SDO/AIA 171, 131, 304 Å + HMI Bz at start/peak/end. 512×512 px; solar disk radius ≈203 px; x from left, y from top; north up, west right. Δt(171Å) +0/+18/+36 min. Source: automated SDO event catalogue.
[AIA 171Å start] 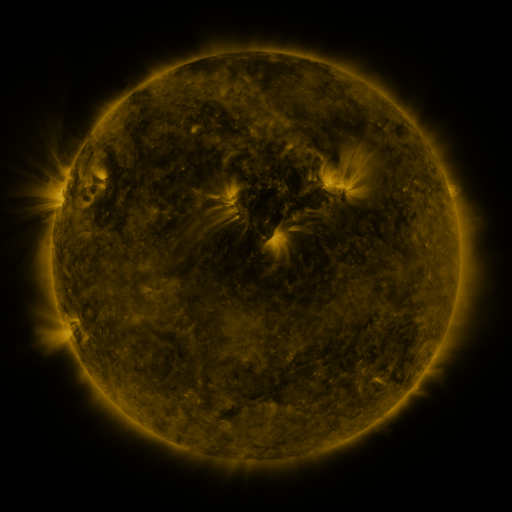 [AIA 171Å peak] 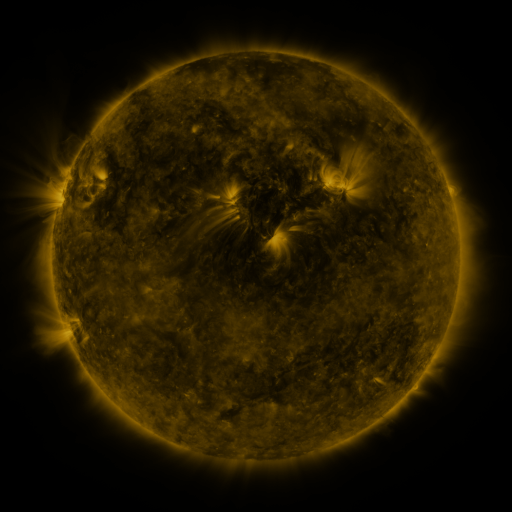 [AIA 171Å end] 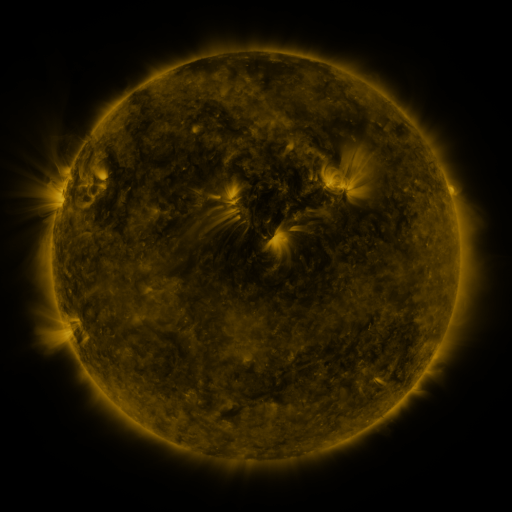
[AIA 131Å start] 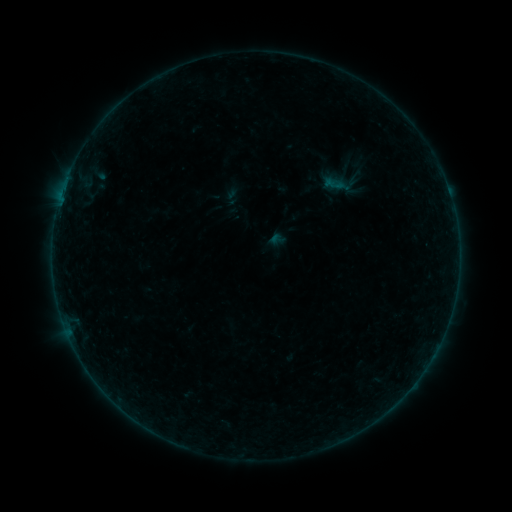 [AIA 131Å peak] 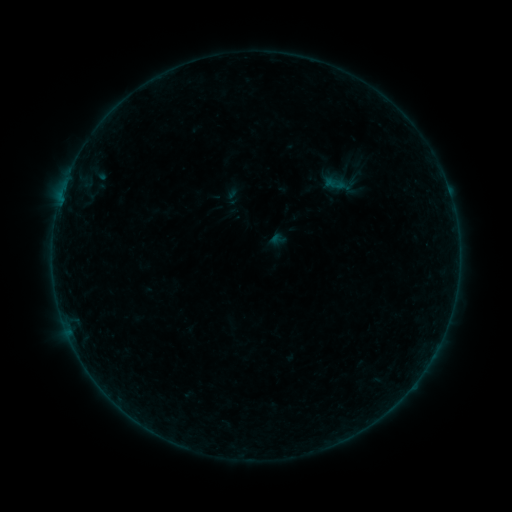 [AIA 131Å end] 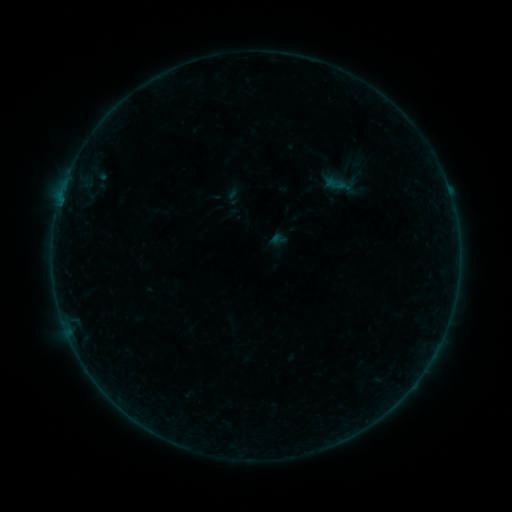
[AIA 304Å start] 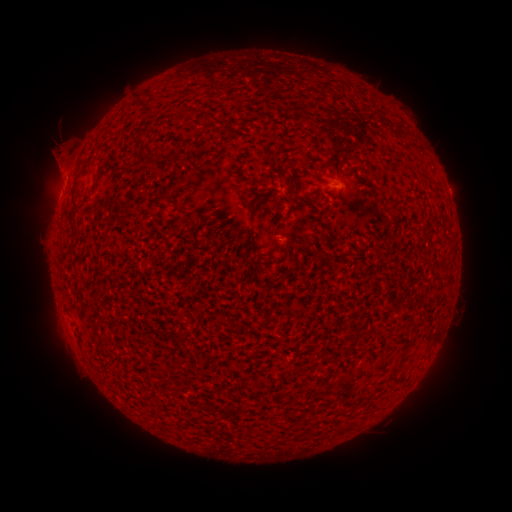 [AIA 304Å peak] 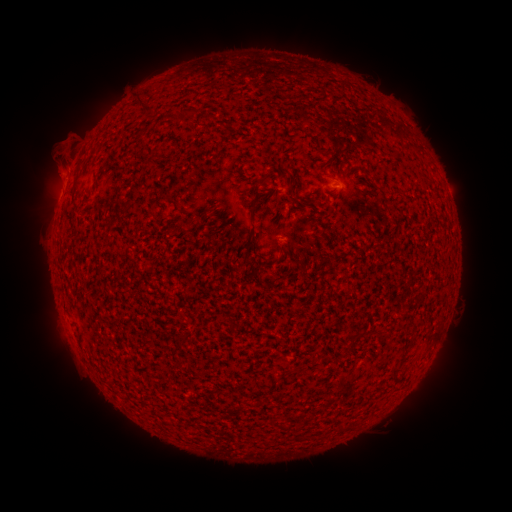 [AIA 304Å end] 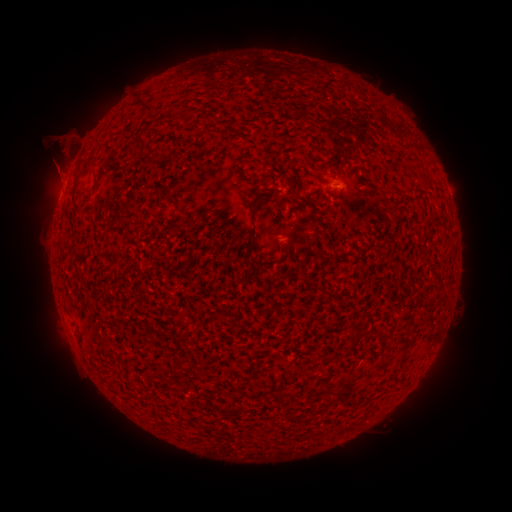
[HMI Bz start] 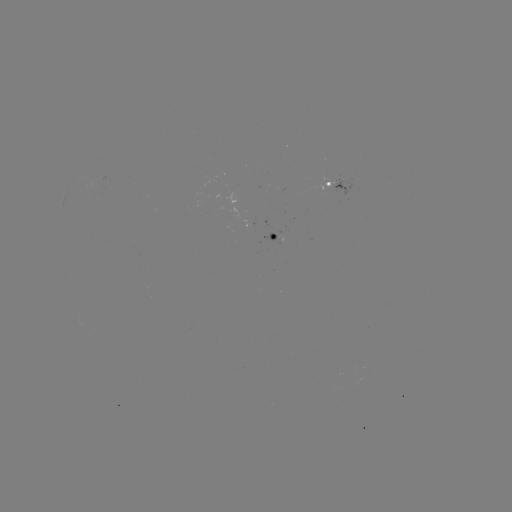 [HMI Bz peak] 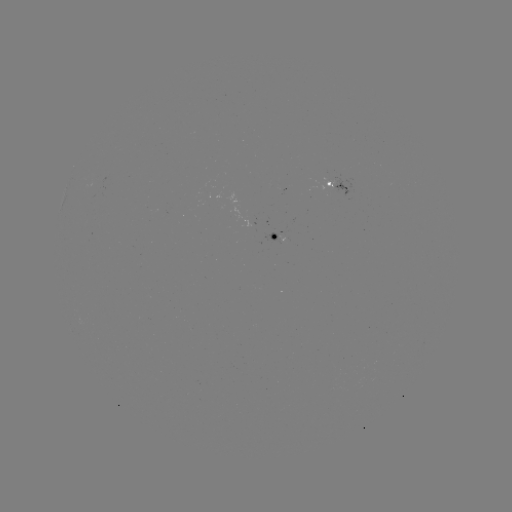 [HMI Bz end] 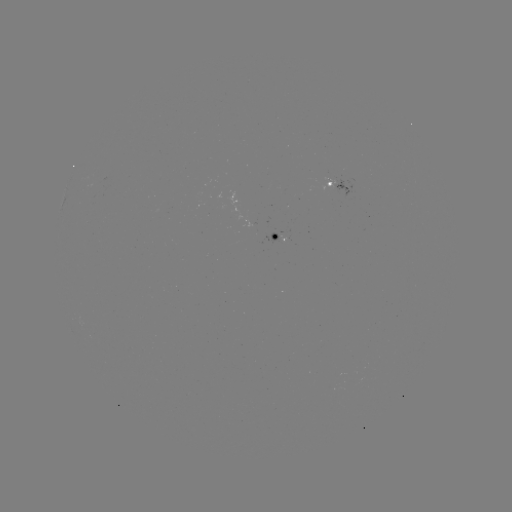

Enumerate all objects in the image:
eruption: (56, 145)
